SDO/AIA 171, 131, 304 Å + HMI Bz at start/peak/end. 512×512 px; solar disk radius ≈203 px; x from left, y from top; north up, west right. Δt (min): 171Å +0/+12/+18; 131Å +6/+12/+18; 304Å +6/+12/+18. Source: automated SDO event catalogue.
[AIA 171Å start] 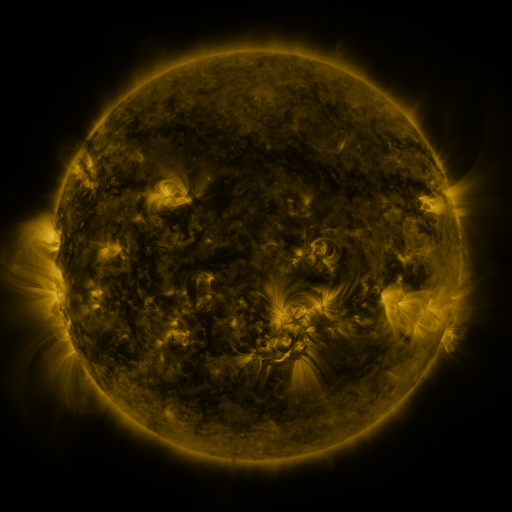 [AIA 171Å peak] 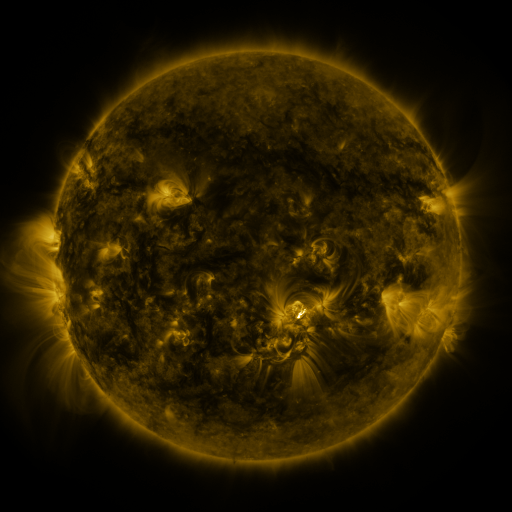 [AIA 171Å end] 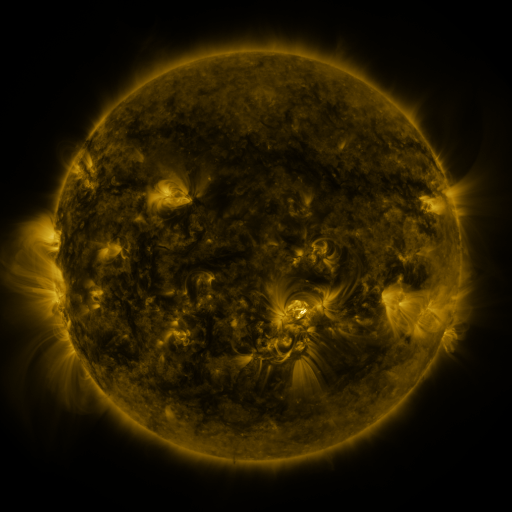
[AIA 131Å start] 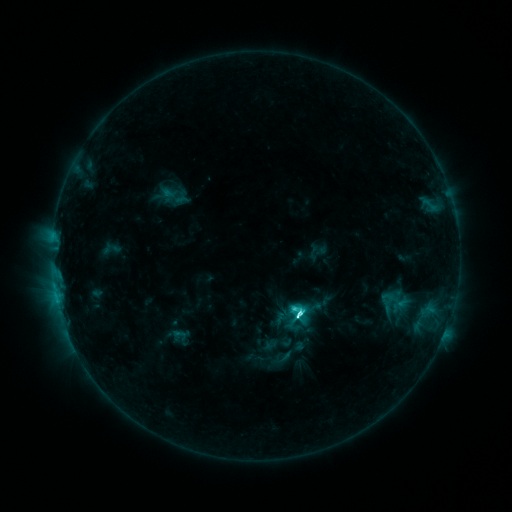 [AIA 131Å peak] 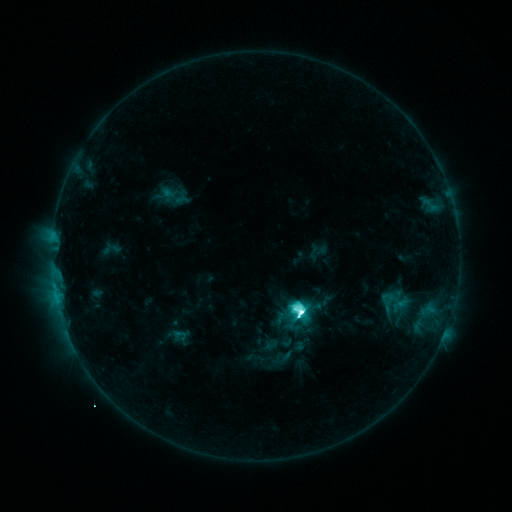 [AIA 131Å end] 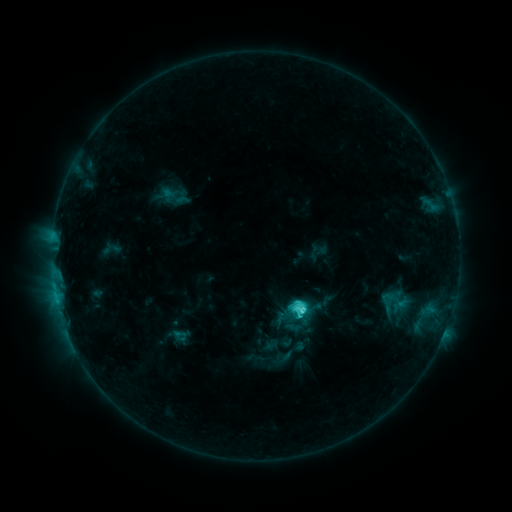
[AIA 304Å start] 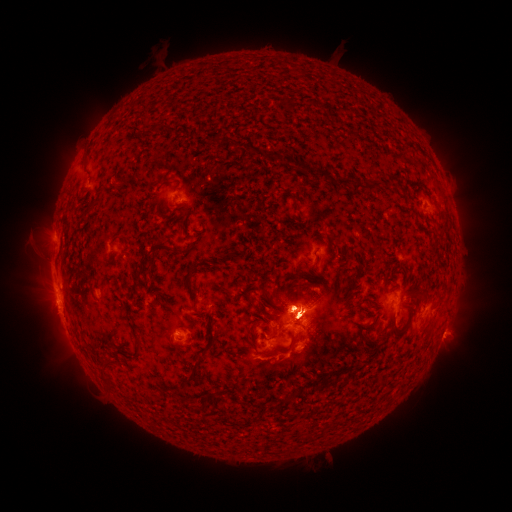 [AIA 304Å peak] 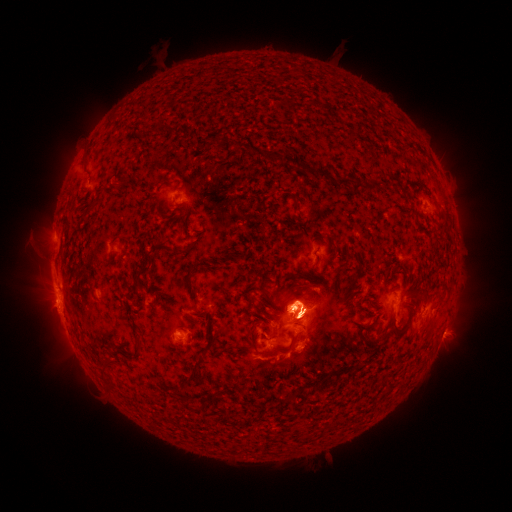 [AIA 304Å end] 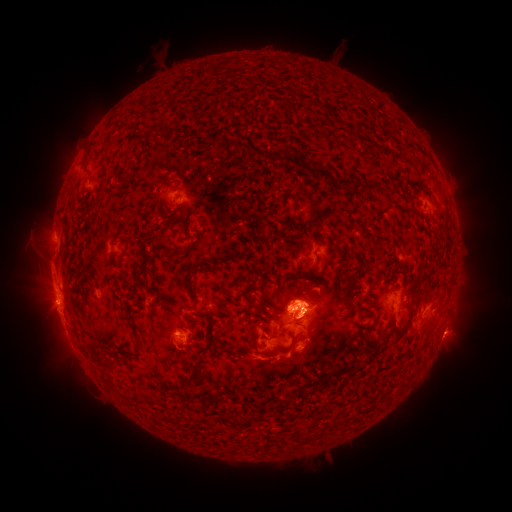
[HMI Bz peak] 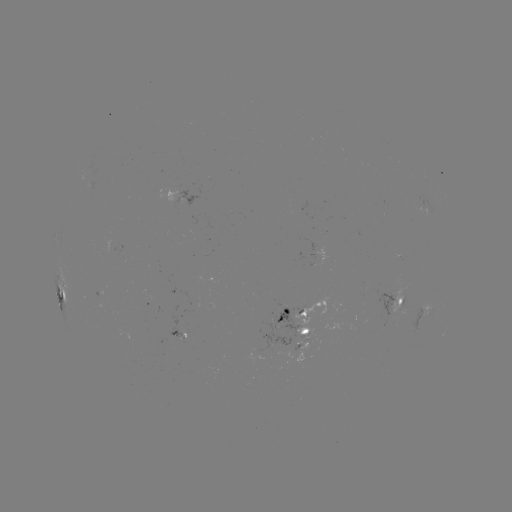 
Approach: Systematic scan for eruption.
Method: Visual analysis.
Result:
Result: eruption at [459, 197].